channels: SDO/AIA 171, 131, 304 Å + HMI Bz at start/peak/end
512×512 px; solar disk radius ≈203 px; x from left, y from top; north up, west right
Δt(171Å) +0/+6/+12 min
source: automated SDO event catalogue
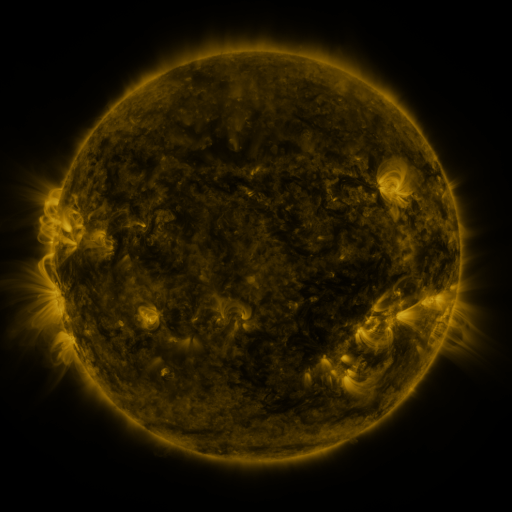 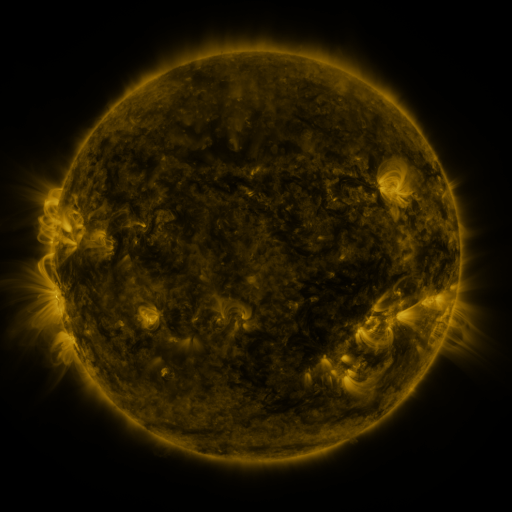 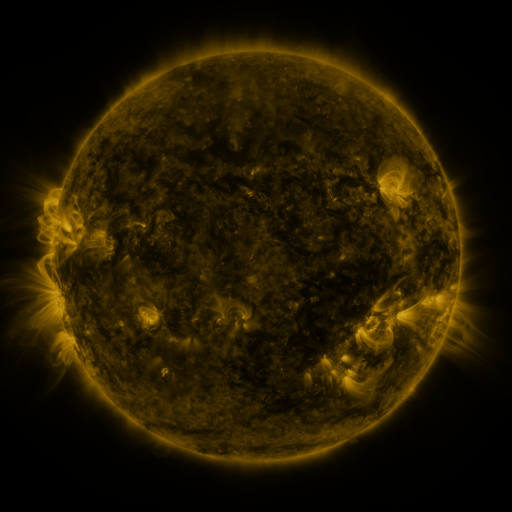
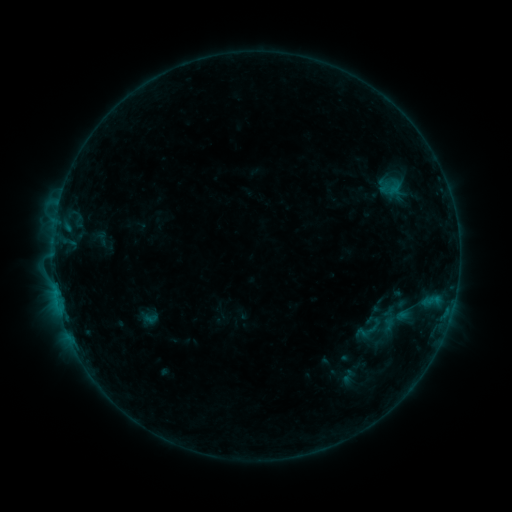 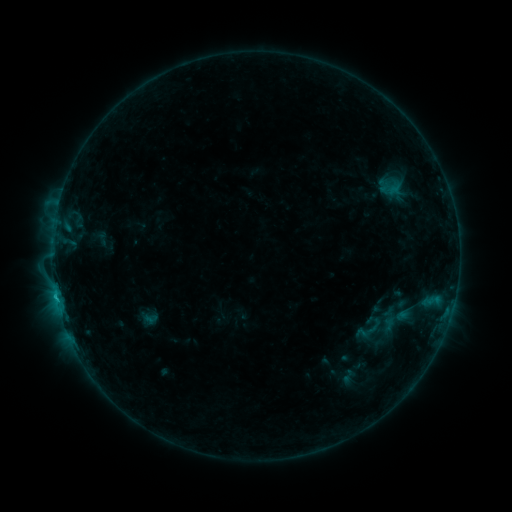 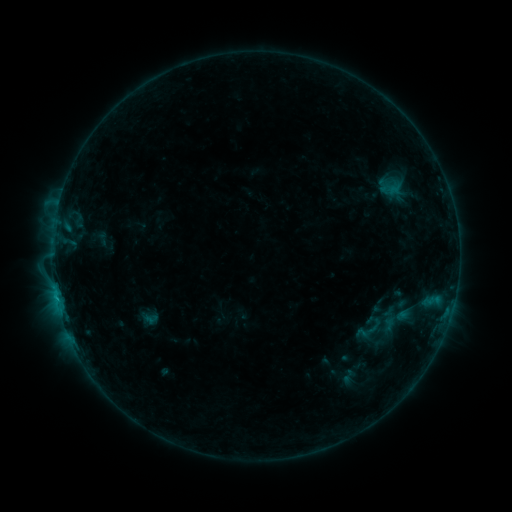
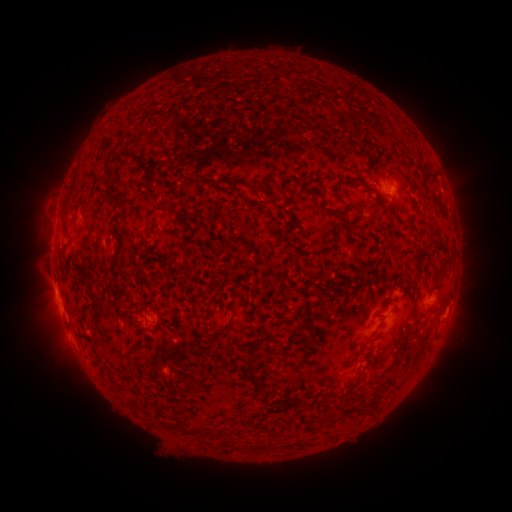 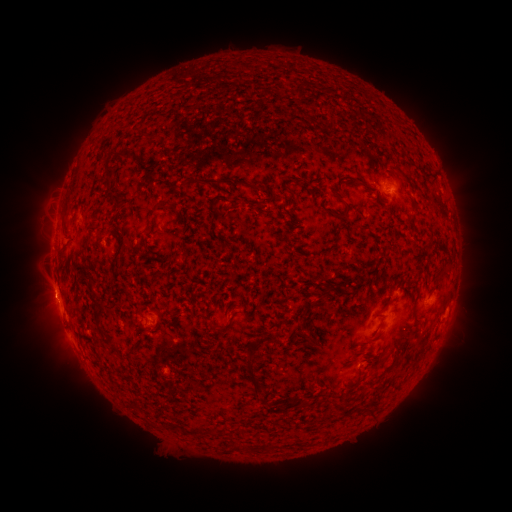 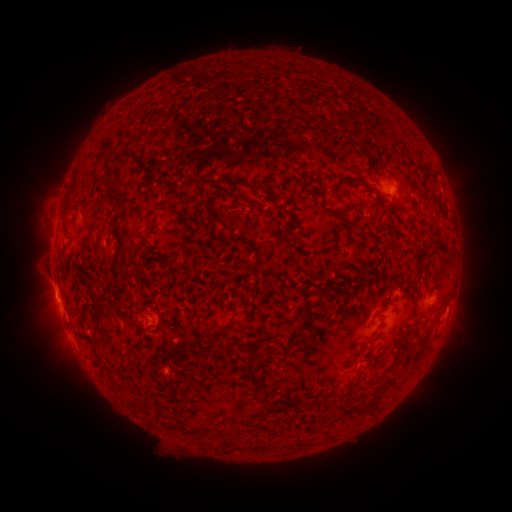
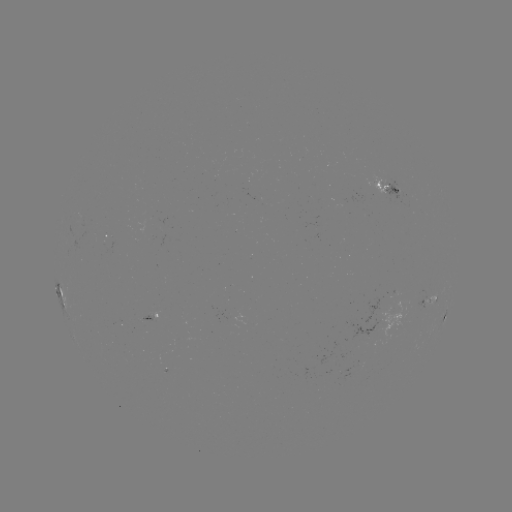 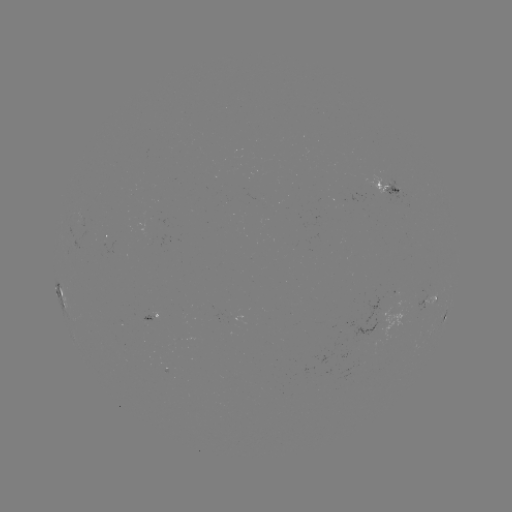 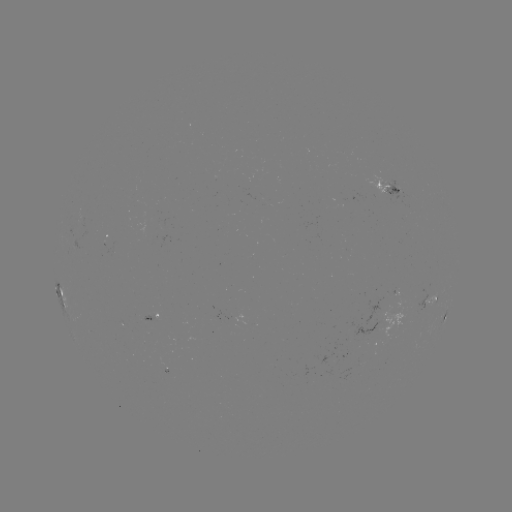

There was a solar flare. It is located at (56, 294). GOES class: B7.6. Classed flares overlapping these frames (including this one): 1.